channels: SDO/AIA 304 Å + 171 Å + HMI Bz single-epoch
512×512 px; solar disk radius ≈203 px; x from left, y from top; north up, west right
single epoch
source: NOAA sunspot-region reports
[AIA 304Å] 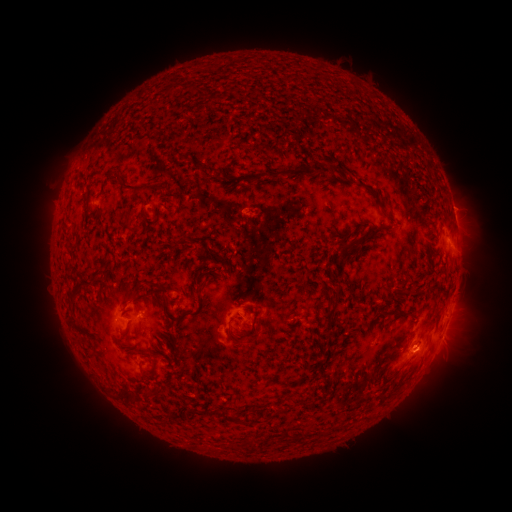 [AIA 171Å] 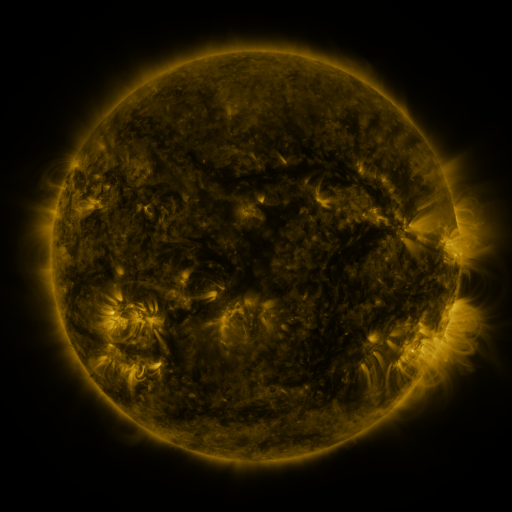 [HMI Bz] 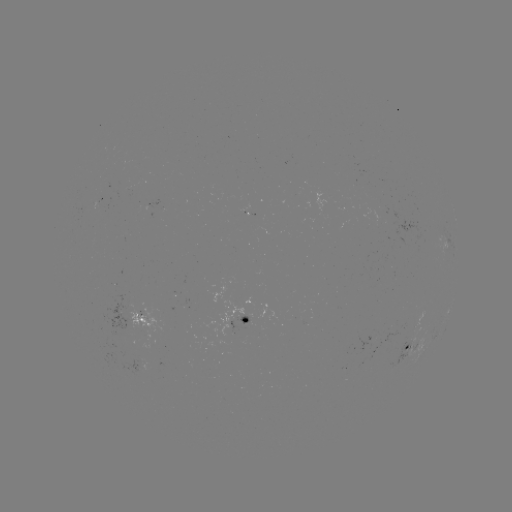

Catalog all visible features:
spotted active region: (100, 201)
spotted active region: (455, 217)
spotted active region: (445, 313)
spotted active region: (140, 318)
spotted active region: (245, 320)
spotted active region: (444, 332)
spotted active region: (409, 349)
